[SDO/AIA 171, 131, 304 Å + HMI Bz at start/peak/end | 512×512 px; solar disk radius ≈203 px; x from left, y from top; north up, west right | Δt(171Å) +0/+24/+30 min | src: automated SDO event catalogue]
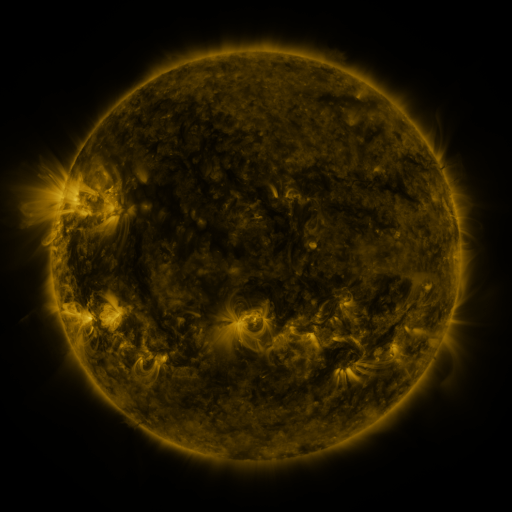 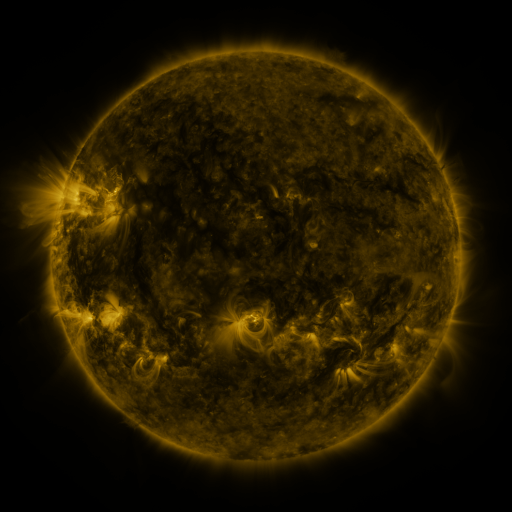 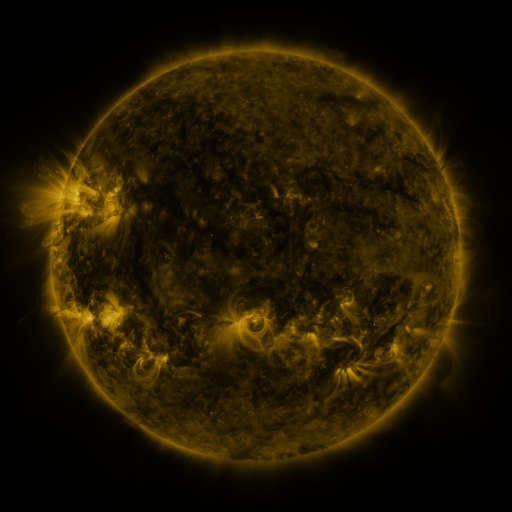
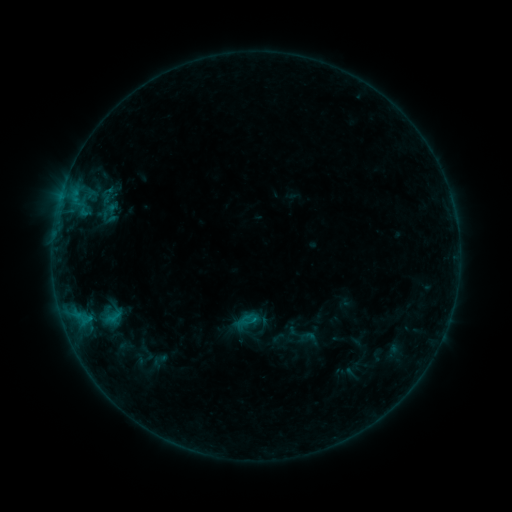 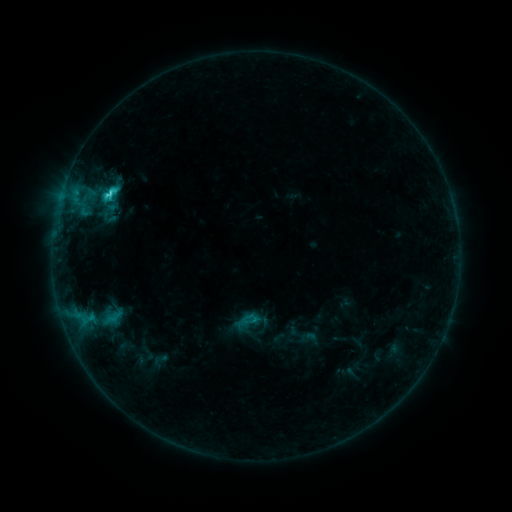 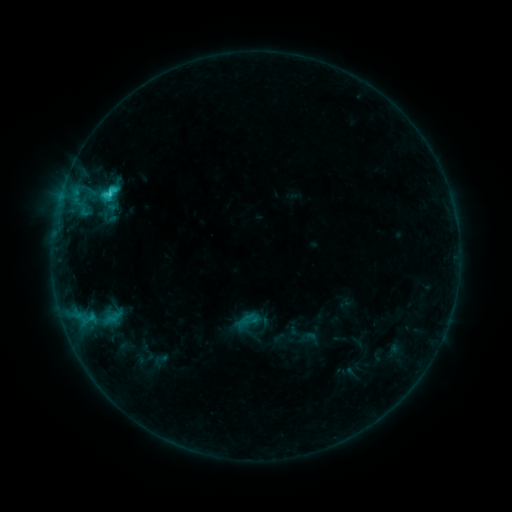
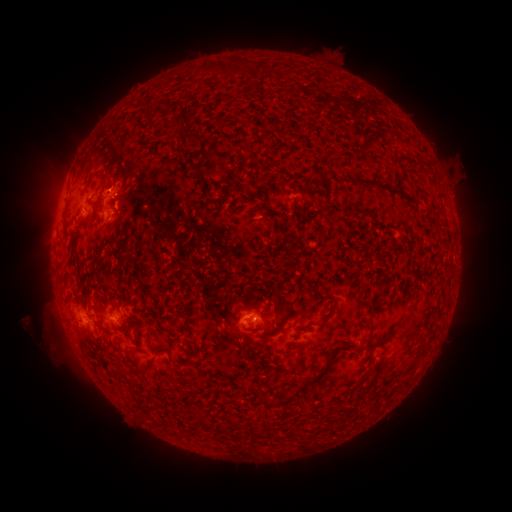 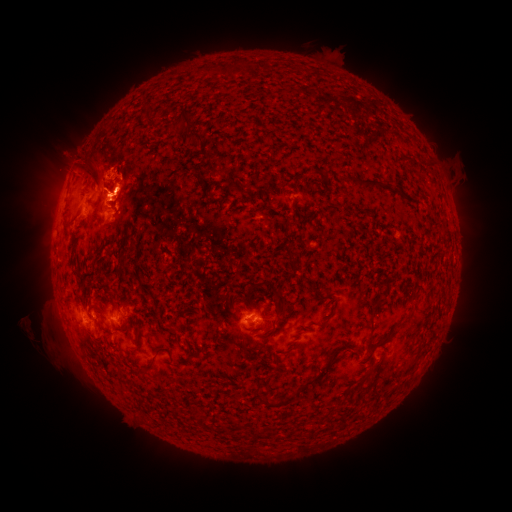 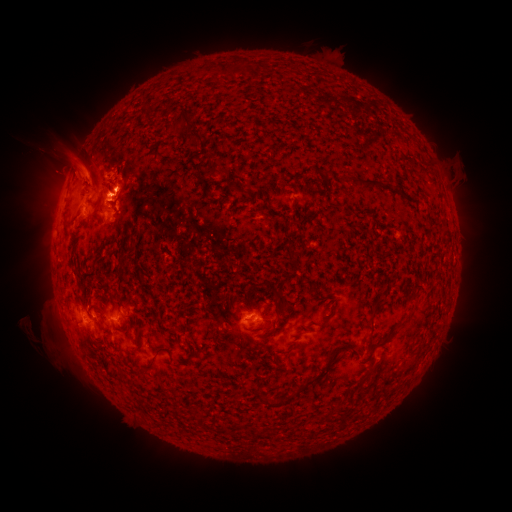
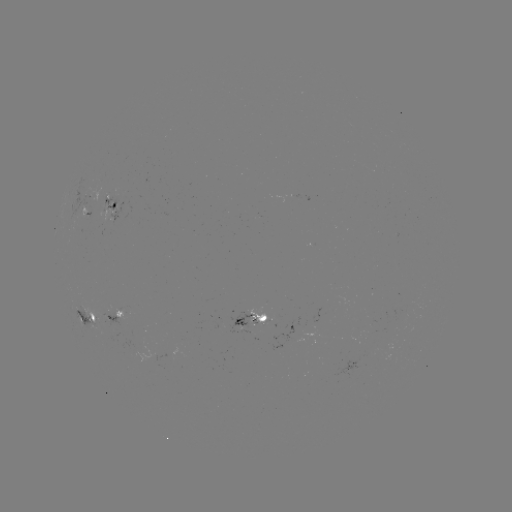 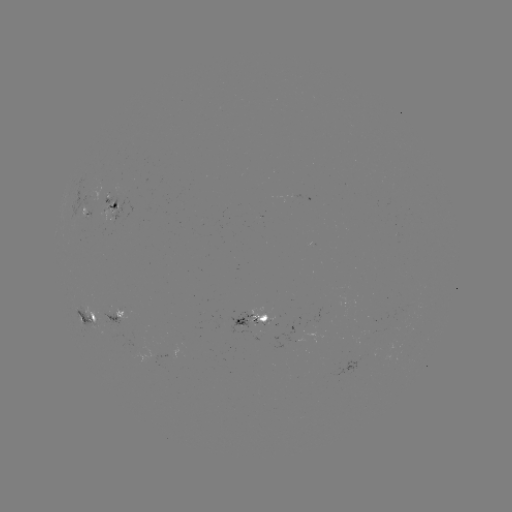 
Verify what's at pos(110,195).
C2.8 flare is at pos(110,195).